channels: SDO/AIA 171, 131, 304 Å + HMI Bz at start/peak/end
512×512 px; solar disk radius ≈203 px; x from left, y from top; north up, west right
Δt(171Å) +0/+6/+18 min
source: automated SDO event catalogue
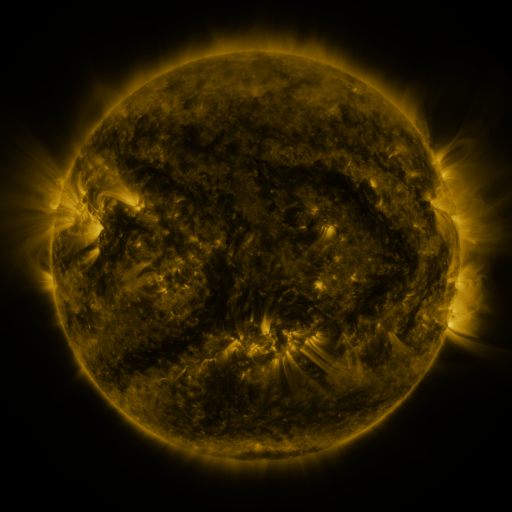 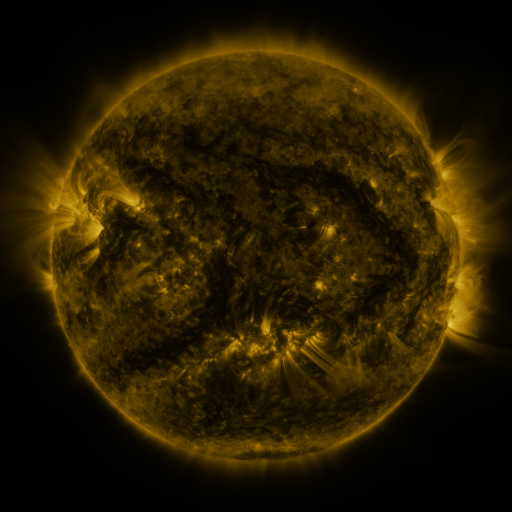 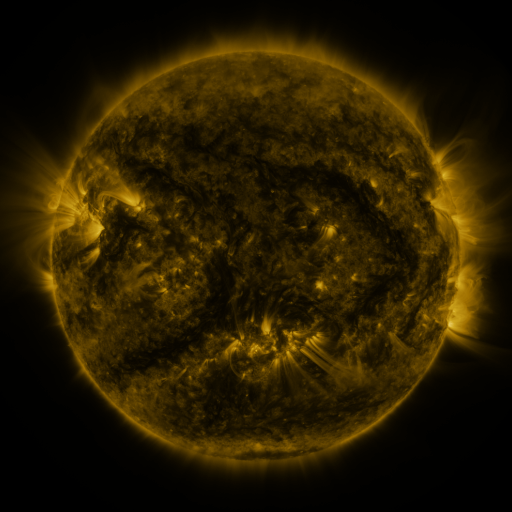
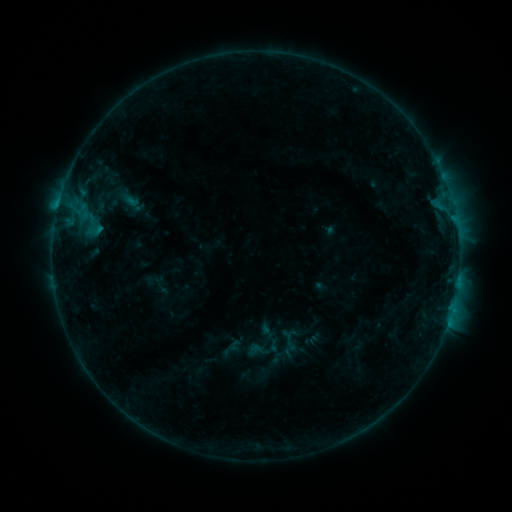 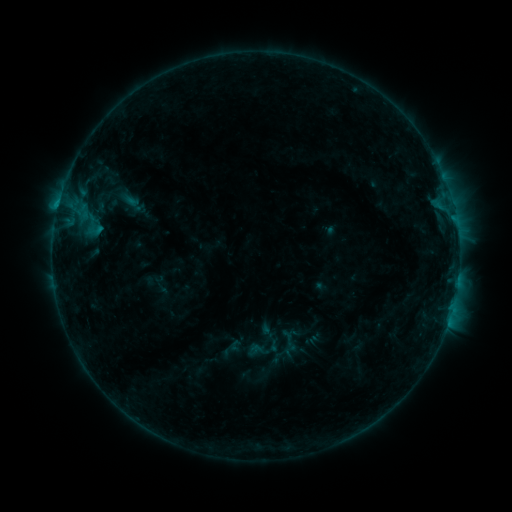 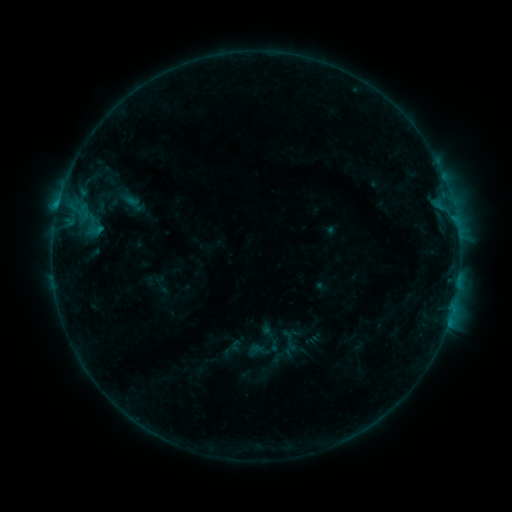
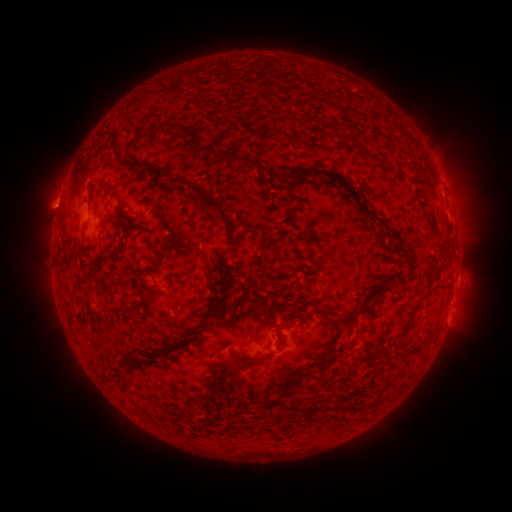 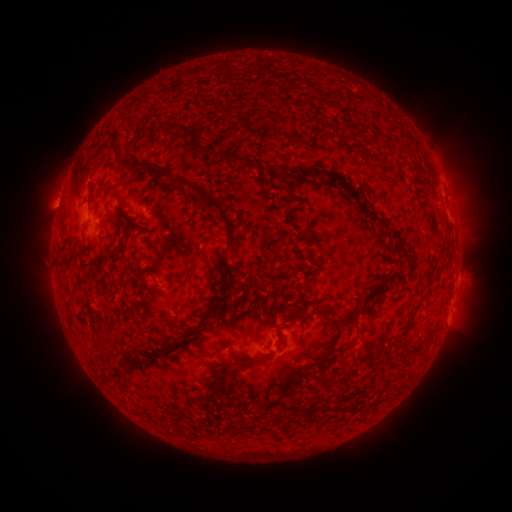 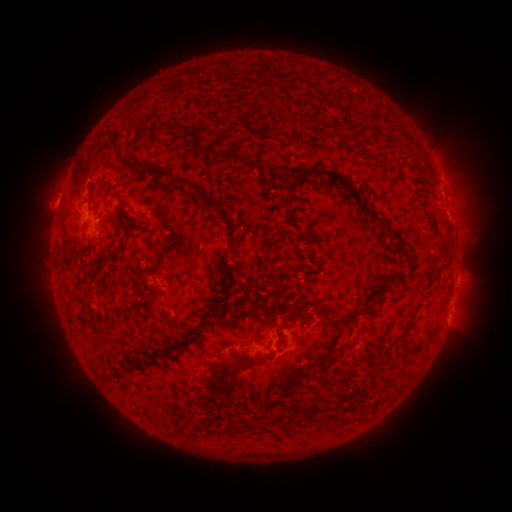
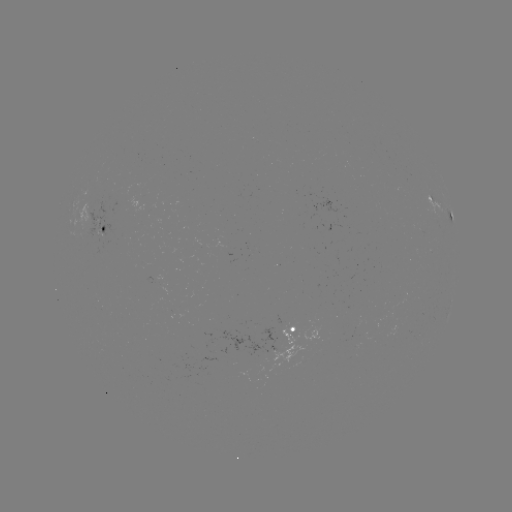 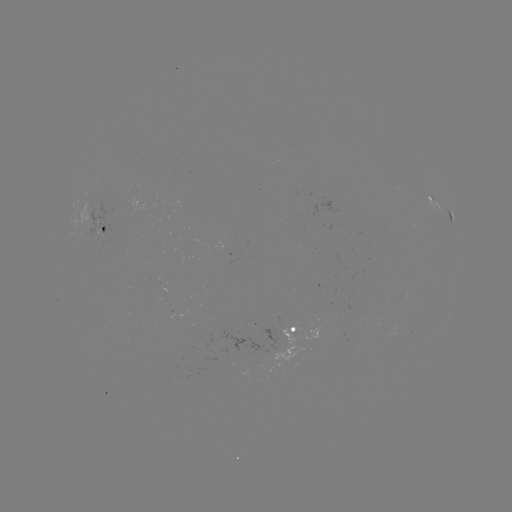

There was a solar flare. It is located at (283, 323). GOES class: B7.1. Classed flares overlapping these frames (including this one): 1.